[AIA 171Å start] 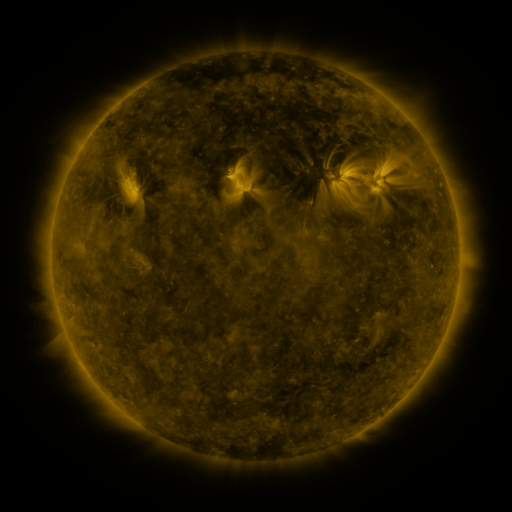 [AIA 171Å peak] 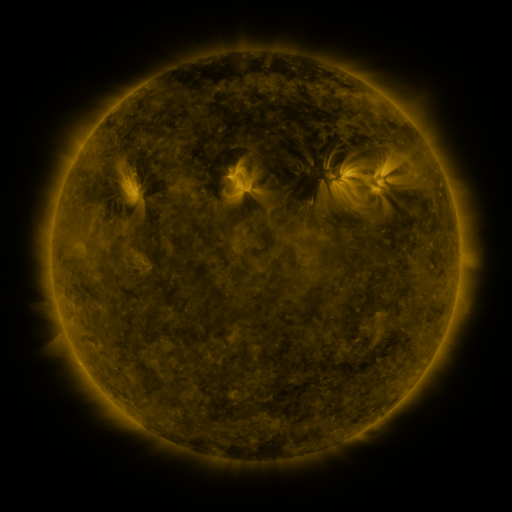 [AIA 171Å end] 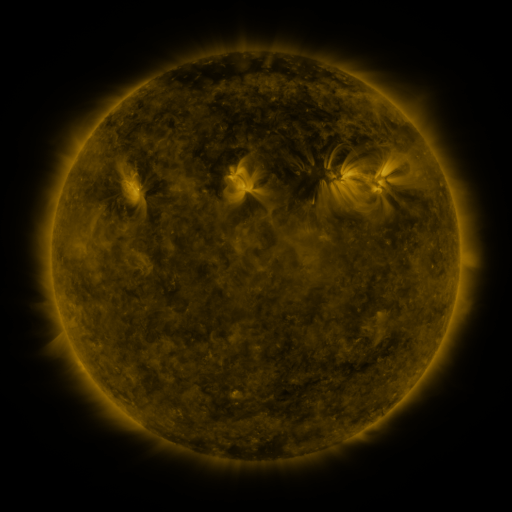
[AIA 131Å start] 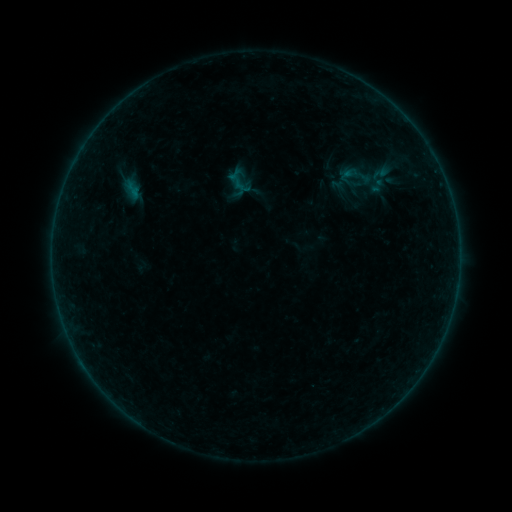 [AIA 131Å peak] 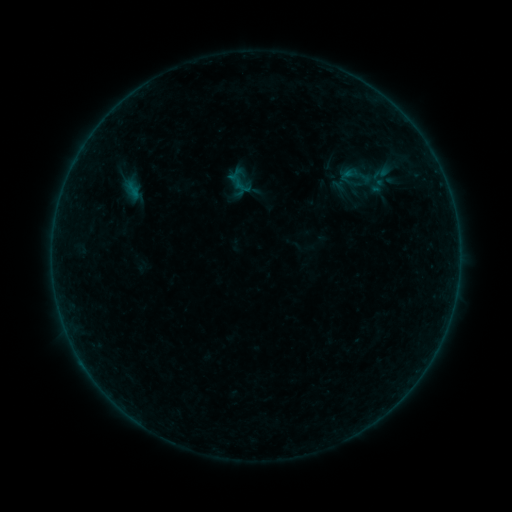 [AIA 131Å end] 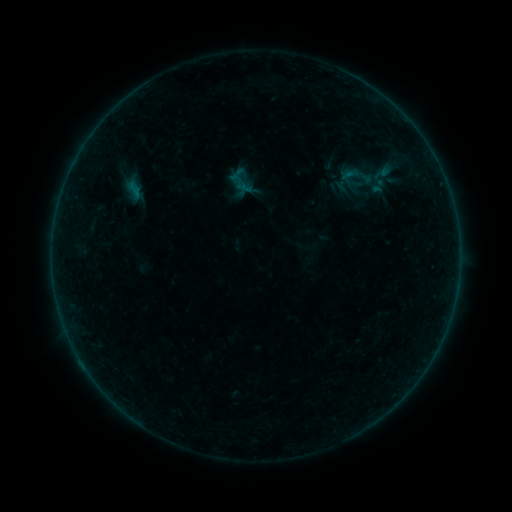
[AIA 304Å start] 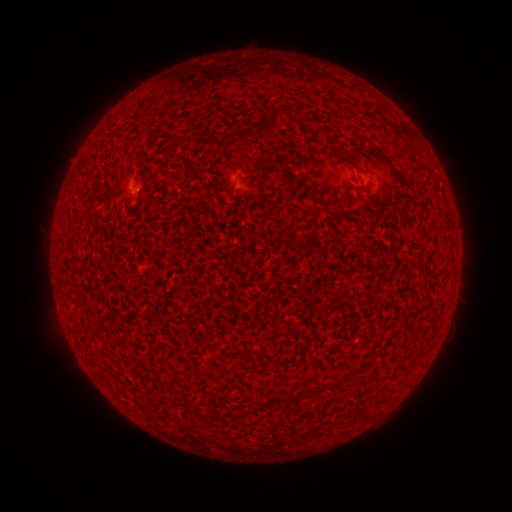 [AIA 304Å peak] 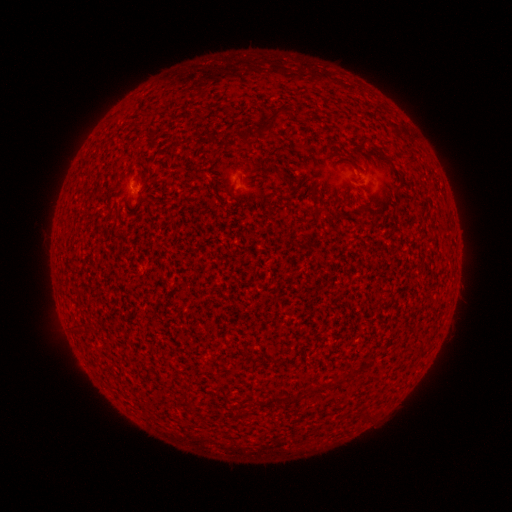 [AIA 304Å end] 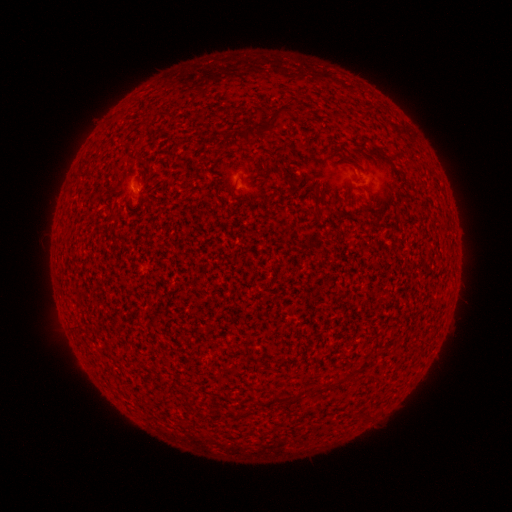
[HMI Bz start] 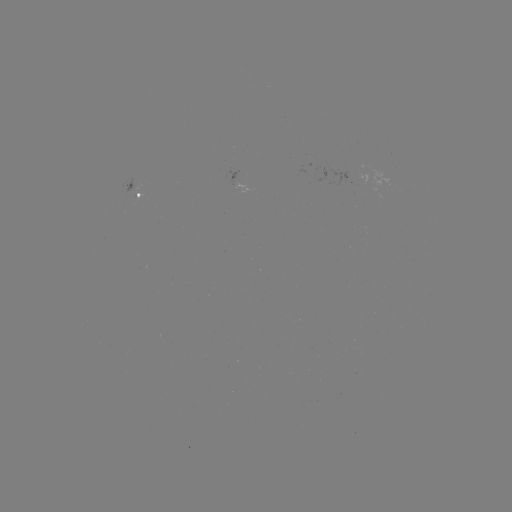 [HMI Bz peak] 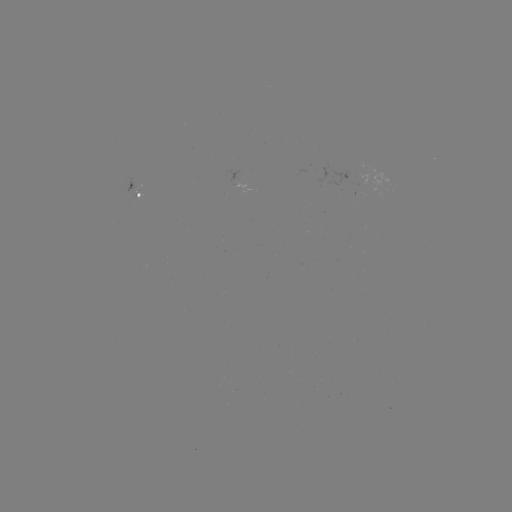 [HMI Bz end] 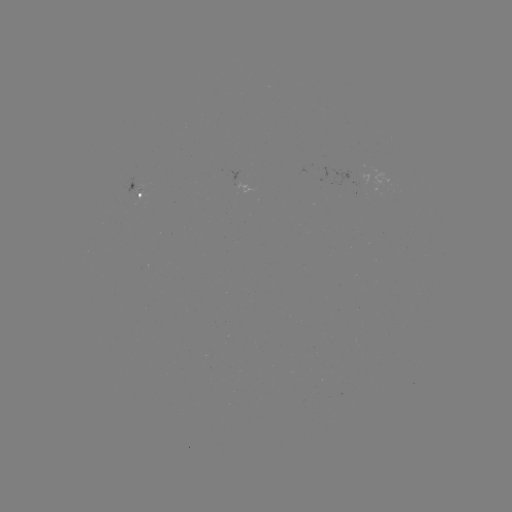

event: flare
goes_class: A5.5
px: (135, 182)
